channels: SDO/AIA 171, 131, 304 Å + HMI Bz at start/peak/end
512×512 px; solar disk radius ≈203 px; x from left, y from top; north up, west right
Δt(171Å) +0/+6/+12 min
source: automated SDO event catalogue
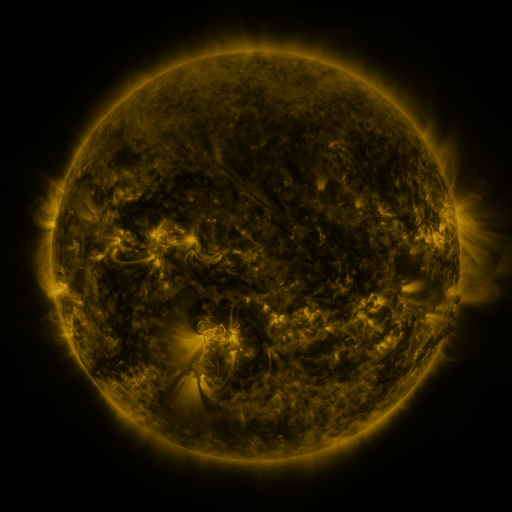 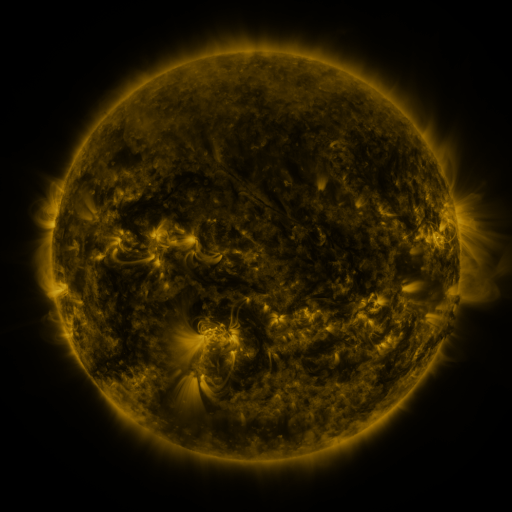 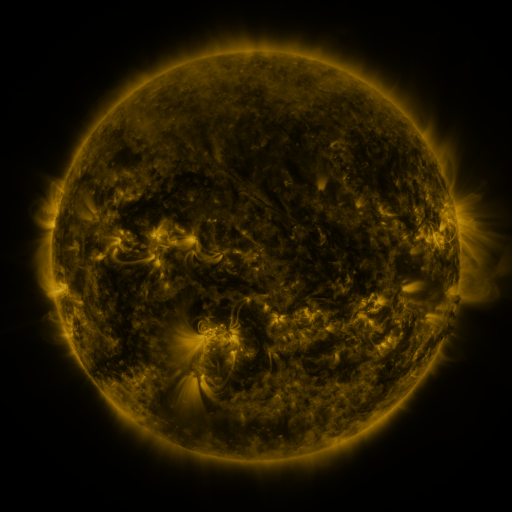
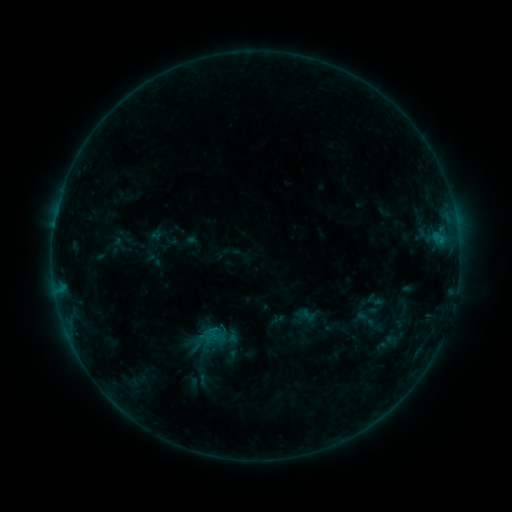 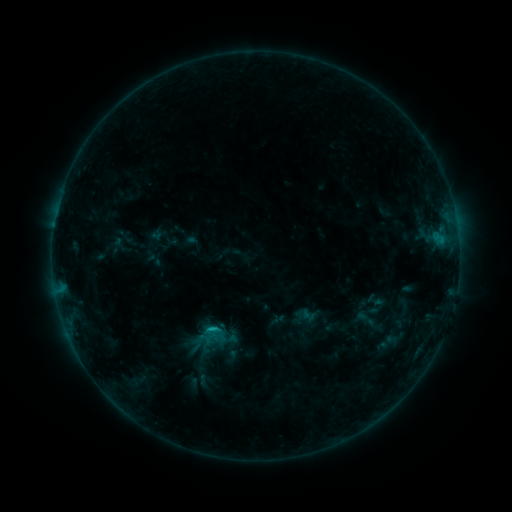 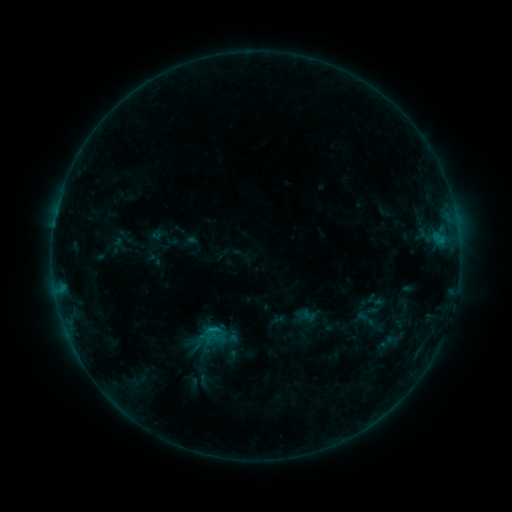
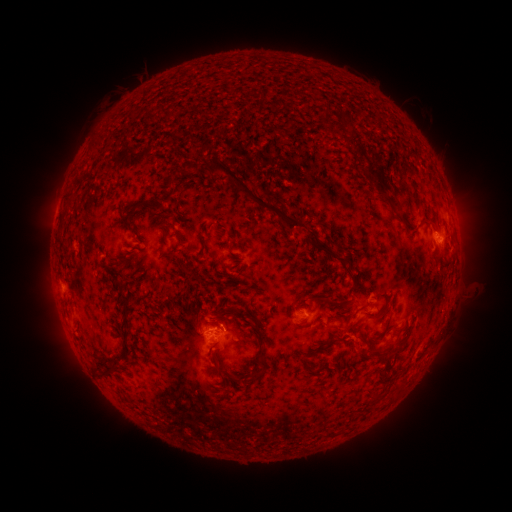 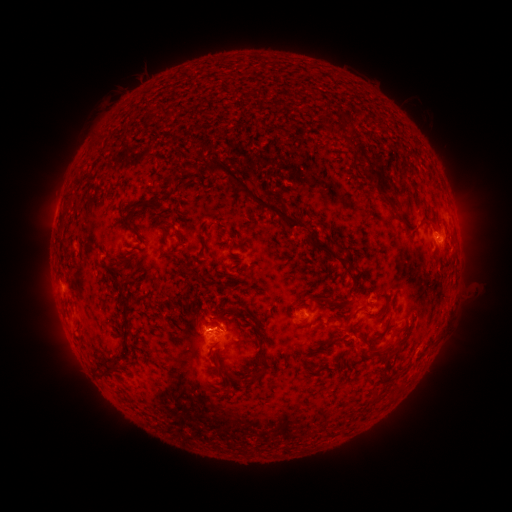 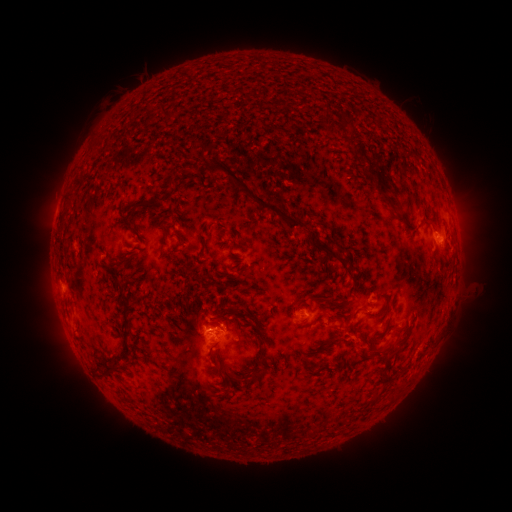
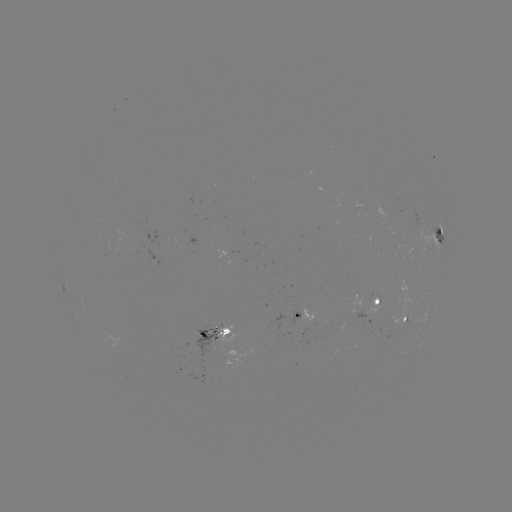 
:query B8.3 flare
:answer (214, 325)